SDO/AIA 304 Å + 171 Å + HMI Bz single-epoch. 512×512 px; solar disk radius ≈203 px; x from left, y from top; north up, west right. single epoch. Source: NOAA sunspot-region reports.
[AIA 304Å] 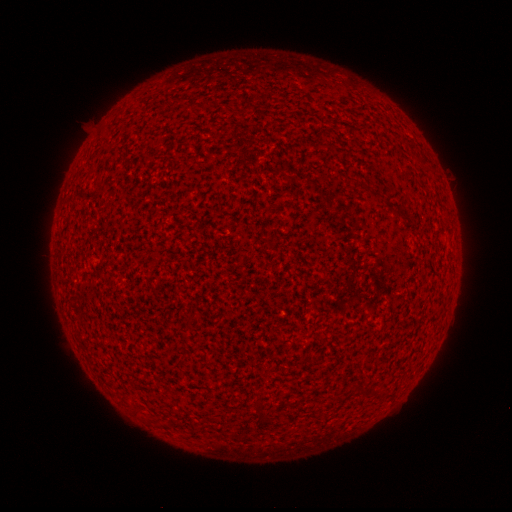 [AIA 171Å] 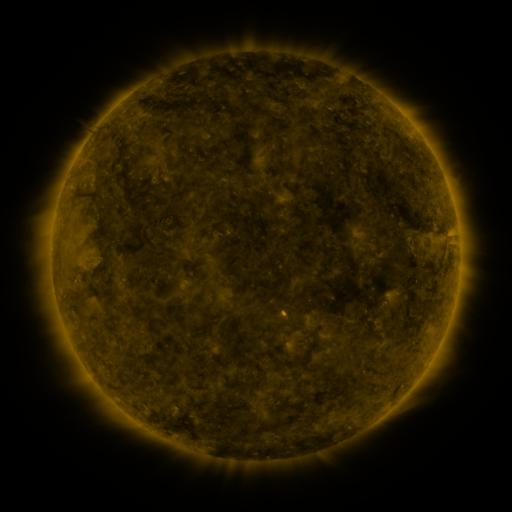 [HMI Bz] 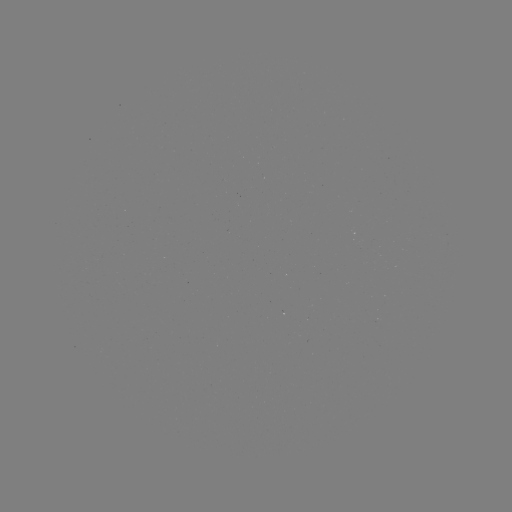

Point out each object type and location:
(none)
